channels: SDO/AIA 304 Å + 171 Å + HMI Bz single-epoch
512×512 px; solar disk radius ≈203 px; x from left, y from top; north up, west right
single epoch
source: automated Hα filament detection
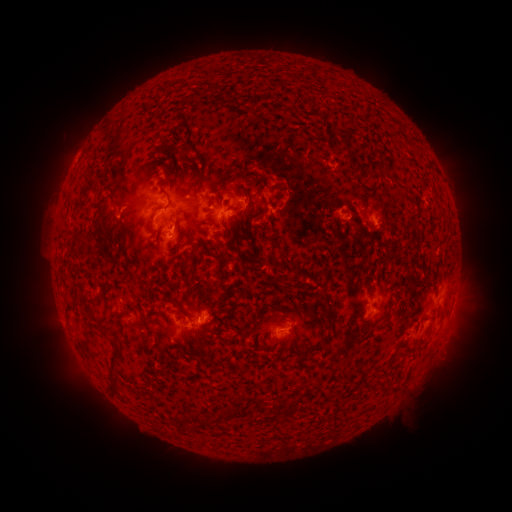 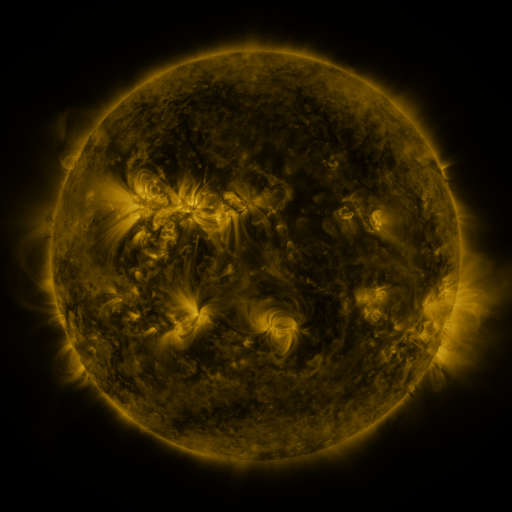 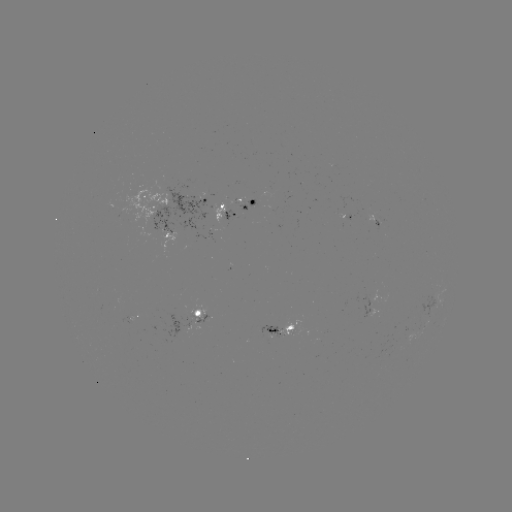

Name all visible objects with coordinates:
filament: (213, 203)
filament: (151, 221)
filament: (293, 278)
filament: (323, 291)
filament: (328, 320)
filament: (143, 321)
filament: (402, 345)
filament: (114, 353)
